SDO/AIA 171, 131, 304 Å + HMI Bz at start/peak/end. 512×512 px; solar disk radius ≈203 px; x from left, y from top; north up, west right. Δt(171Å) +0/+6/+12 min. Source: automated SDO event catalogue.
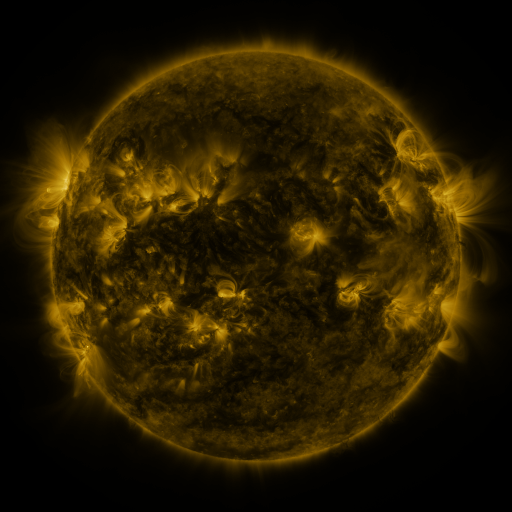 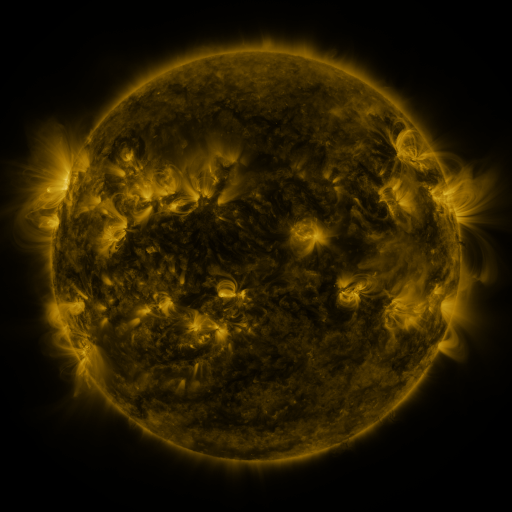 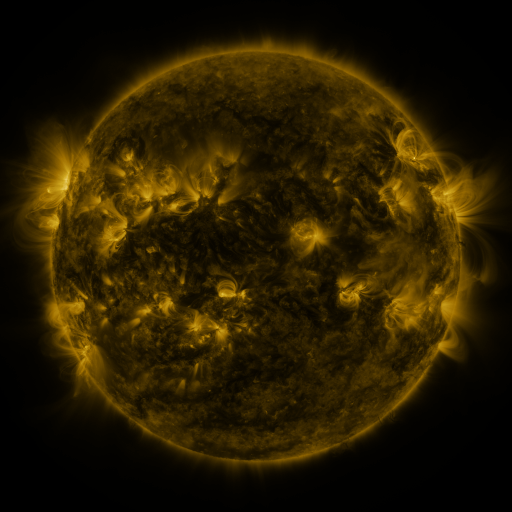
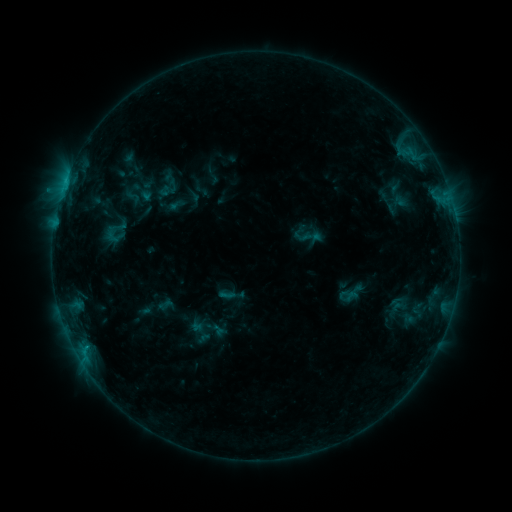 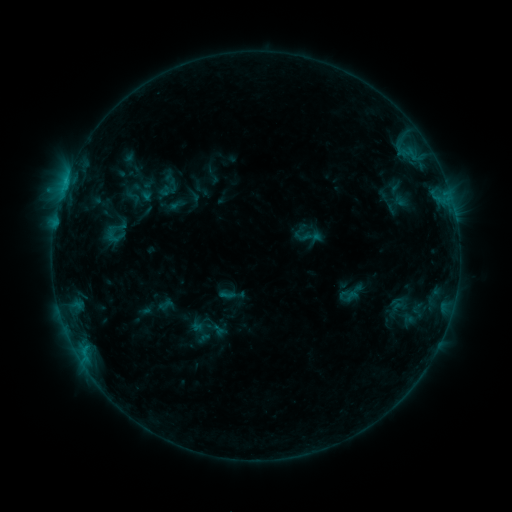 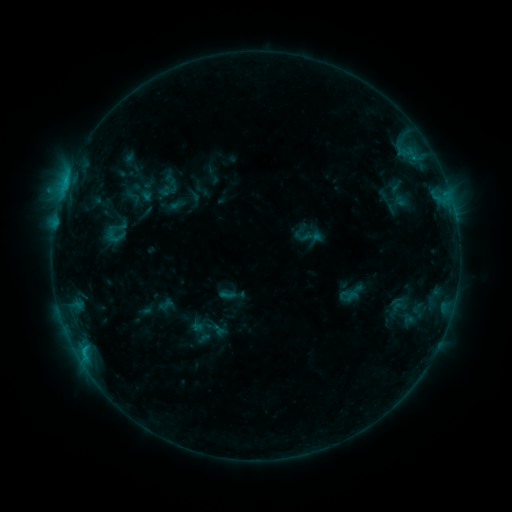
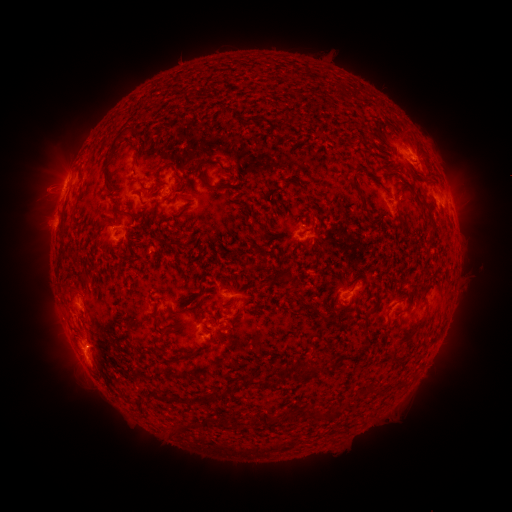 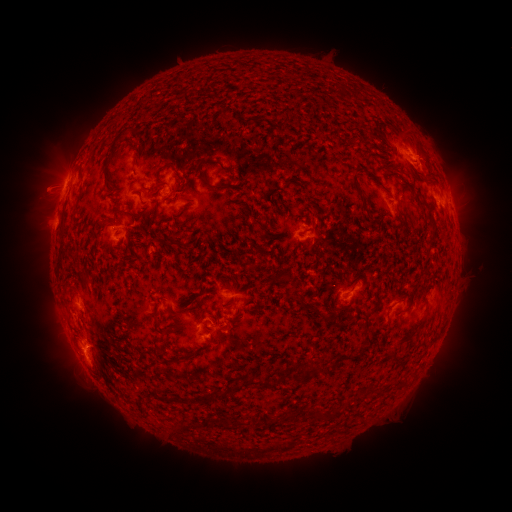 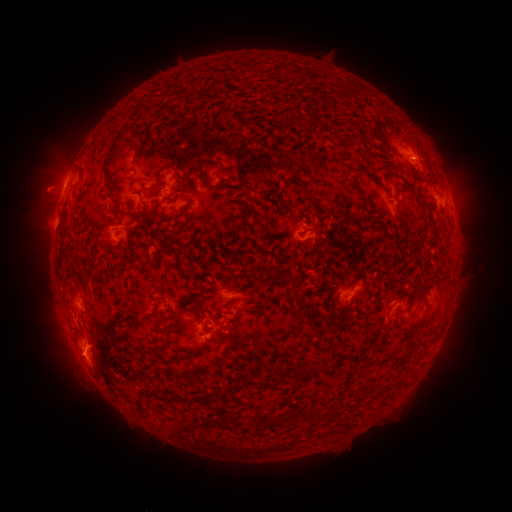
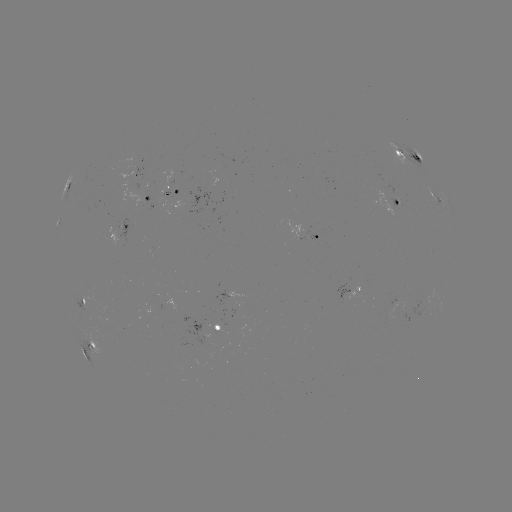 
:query eruption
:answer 76,361